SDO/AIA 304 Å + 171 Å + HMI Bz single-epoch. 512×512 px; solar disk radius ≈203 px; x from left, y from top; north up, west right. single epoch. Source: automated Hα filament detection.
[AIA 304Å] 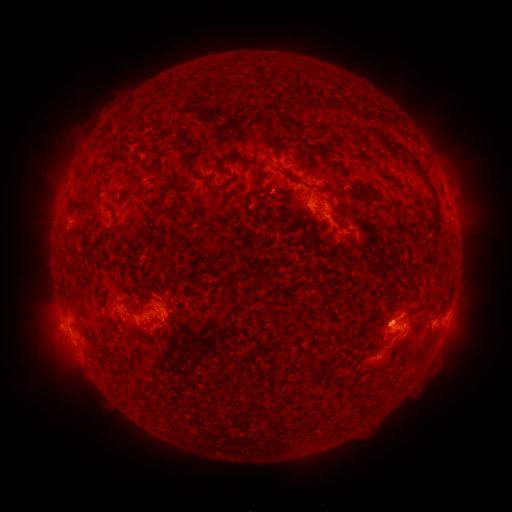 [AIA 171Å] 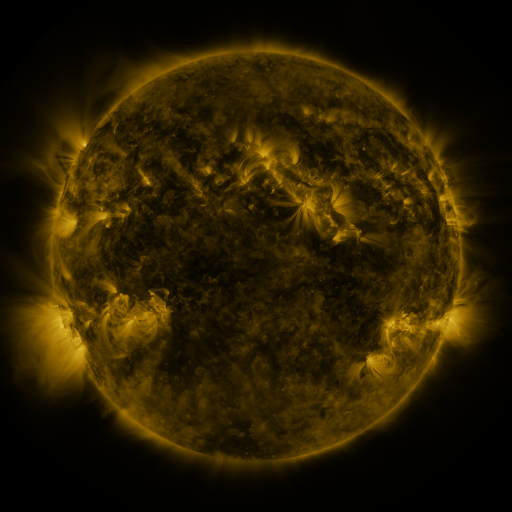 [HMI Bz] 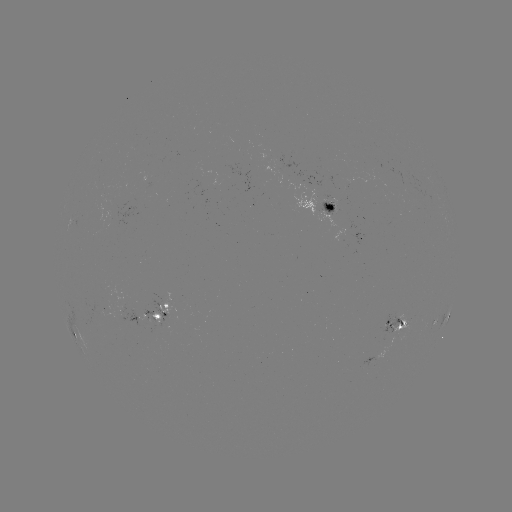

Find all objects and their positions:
filament: (352, 126, 377, 139)
filament: (395, 145, 403, 154)
filament: (185, 153, 195, 173)
filament: (411, 158, 422, 168)
filament: (155, 166, 171, 180)
filament: (256, 166, 263, 180)
filament: (349, 183, 396, 209)
filament: (354, 289, 364, 307)
filament: (145, 303, 156, 311)
